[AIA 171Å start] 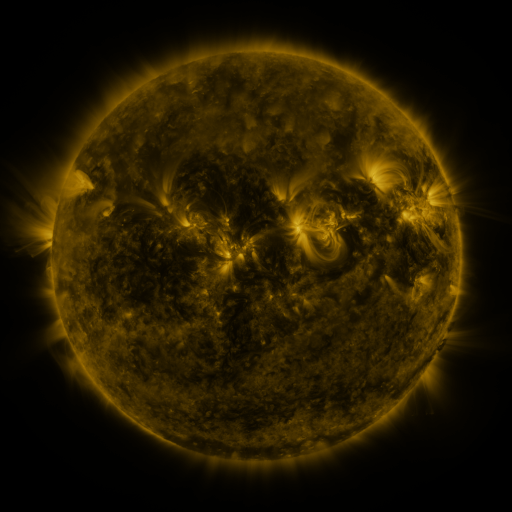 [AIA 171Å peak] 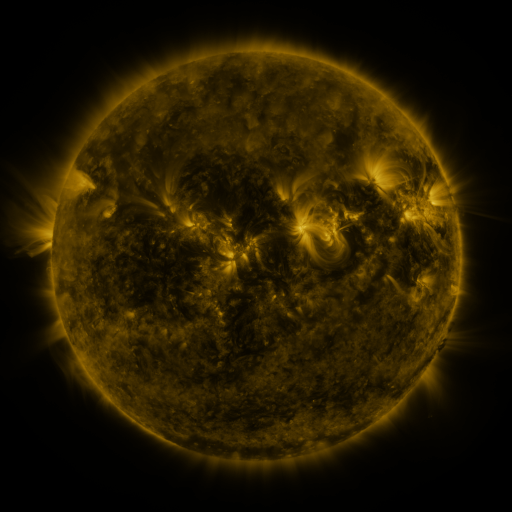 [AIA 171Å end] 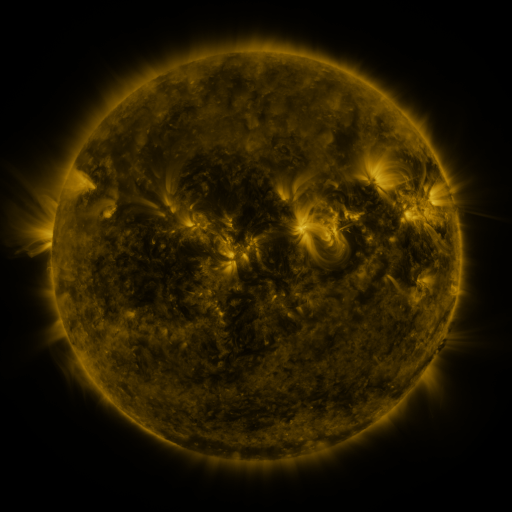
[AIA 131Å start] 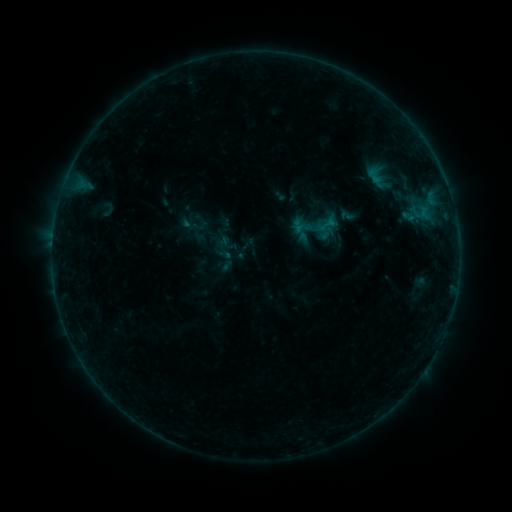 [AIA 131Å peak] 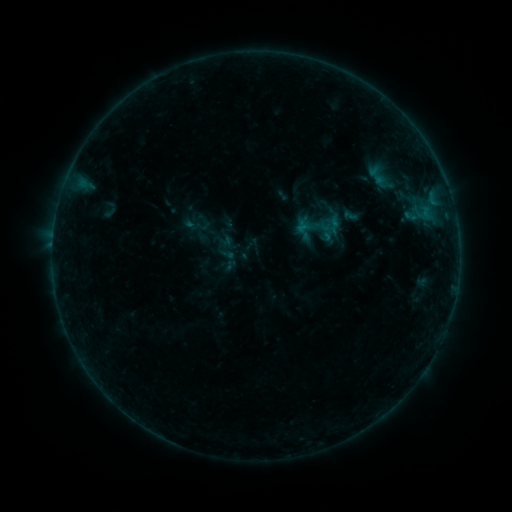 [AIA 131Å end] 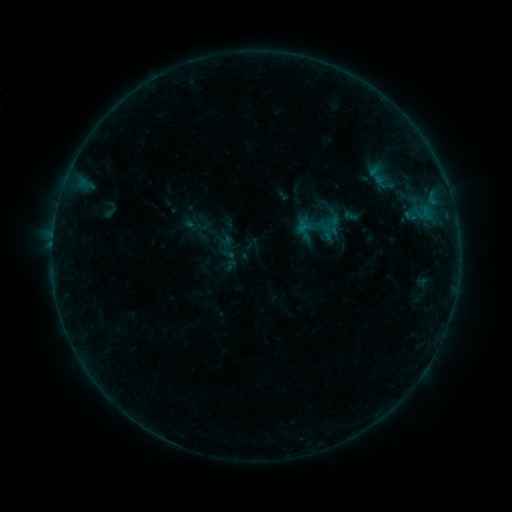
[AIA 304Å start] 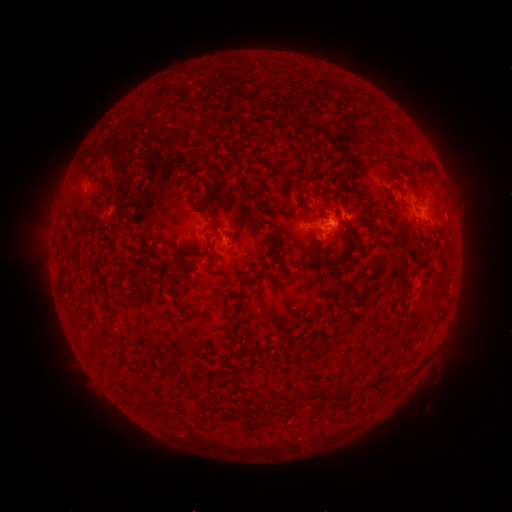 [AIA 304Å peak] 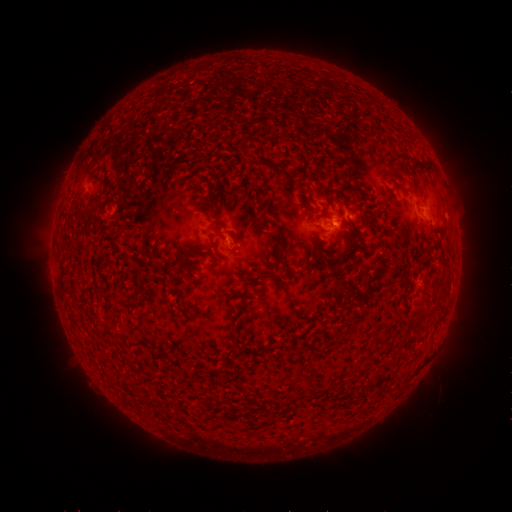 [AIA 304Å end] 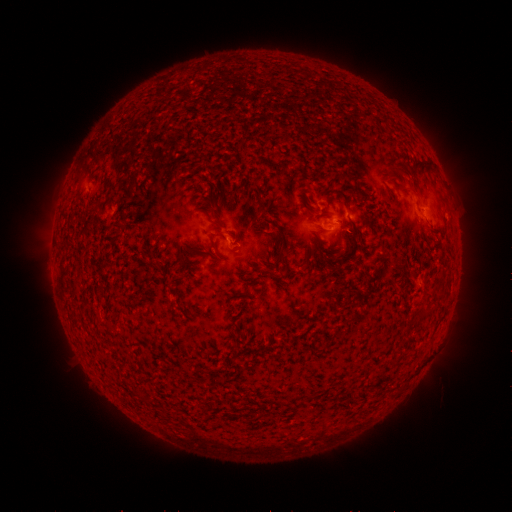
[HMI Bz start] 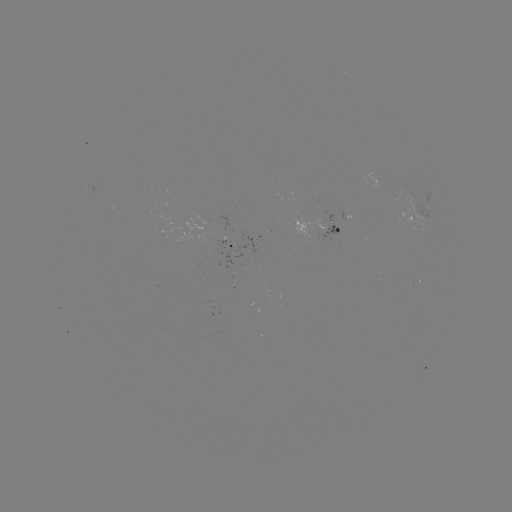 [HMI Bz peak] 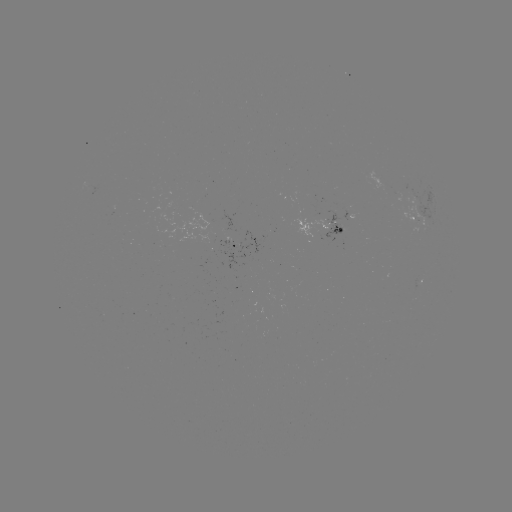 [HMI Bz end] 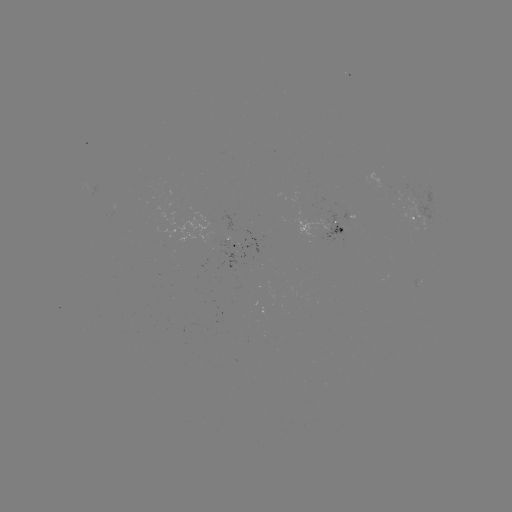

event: emerging-flux region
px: (337, 227)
